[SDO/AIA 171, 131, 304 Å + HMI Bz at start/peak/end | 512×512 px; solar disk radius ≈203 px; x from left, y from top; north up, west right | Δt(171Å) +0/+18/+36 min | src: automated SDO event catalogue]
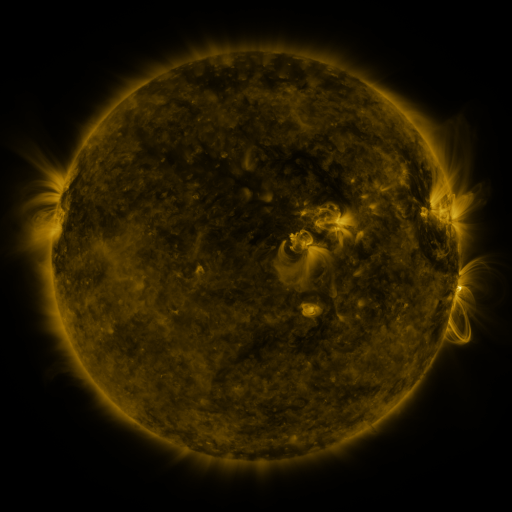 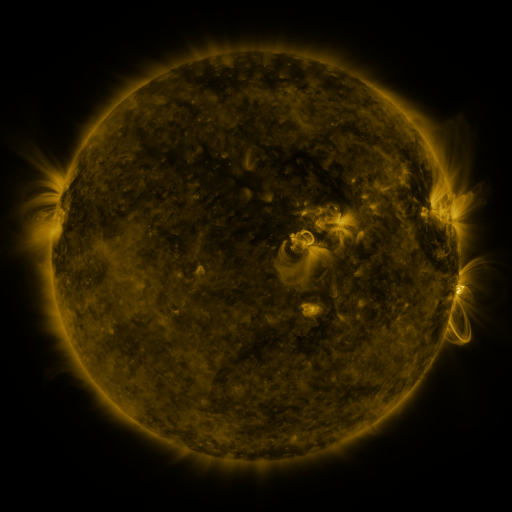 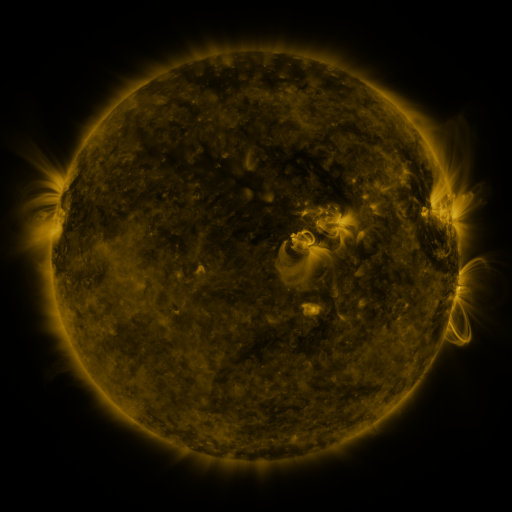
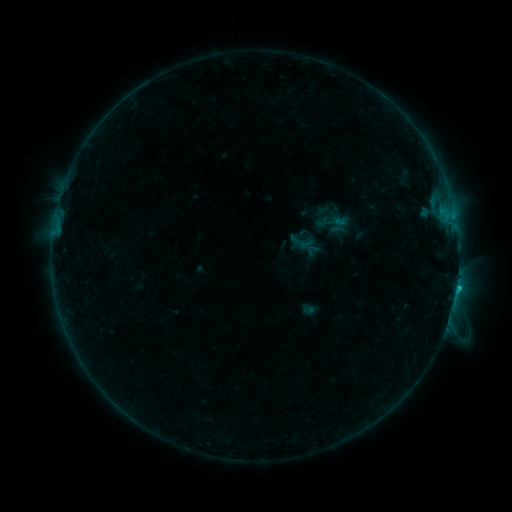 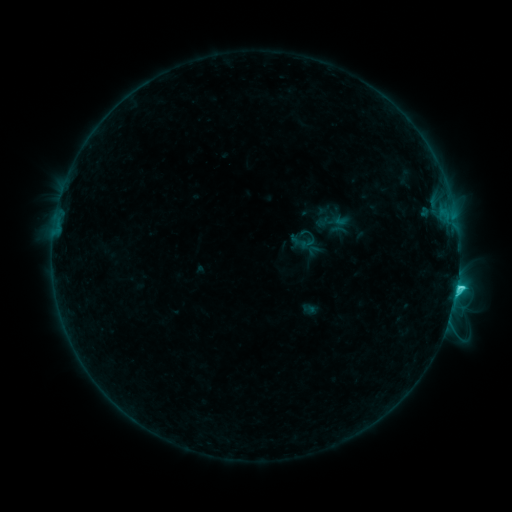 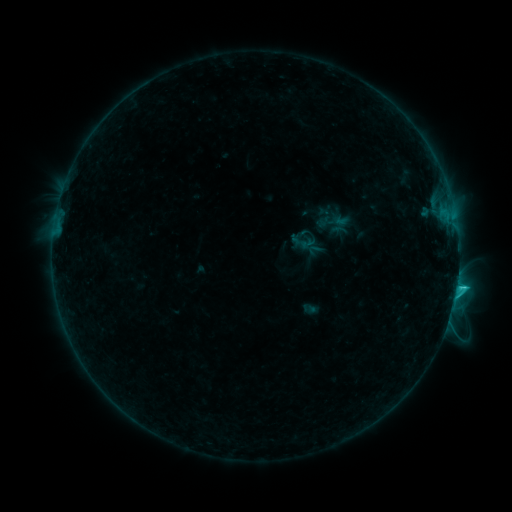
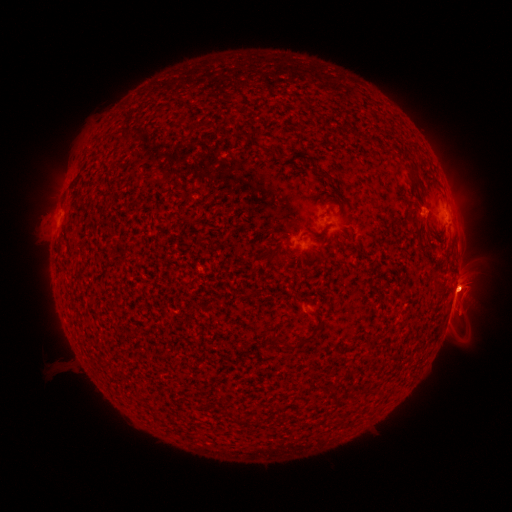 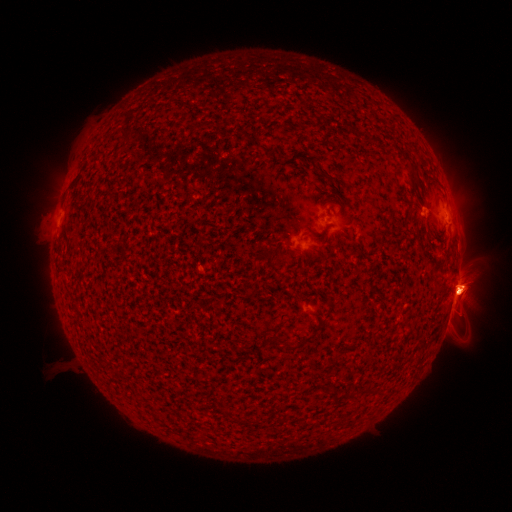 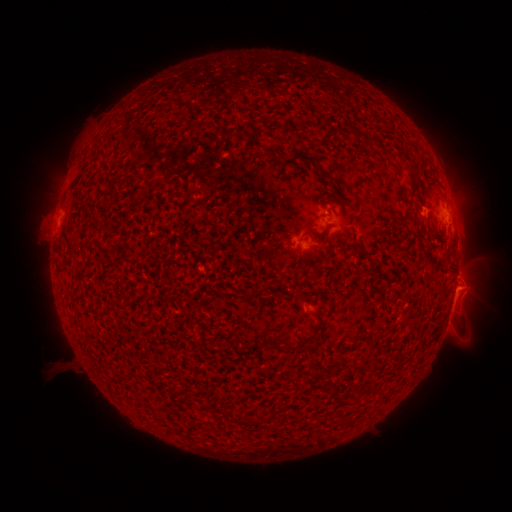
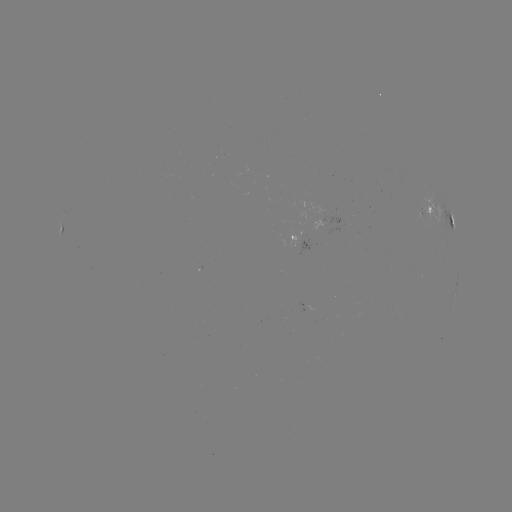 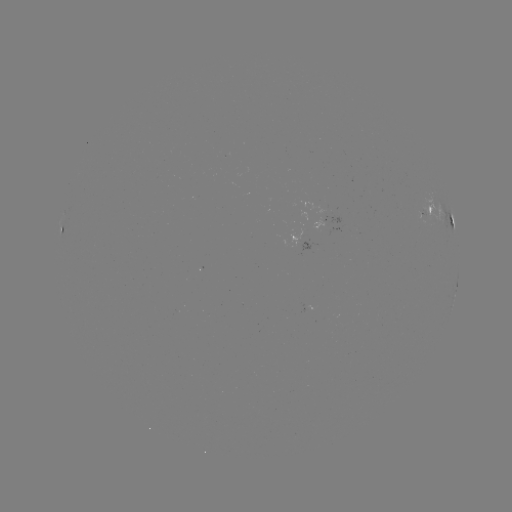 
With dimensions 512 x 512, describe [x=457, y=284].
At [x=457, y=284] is C2.9 flare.